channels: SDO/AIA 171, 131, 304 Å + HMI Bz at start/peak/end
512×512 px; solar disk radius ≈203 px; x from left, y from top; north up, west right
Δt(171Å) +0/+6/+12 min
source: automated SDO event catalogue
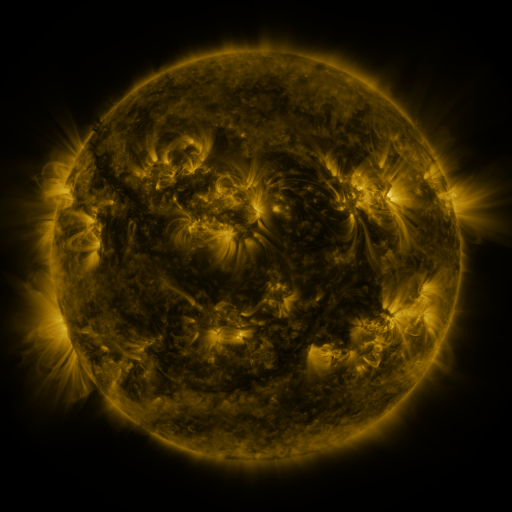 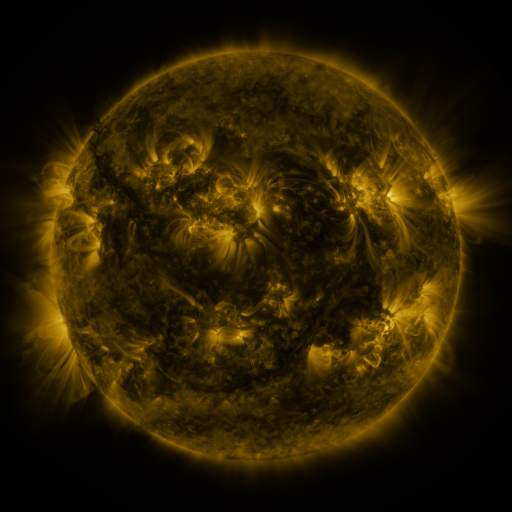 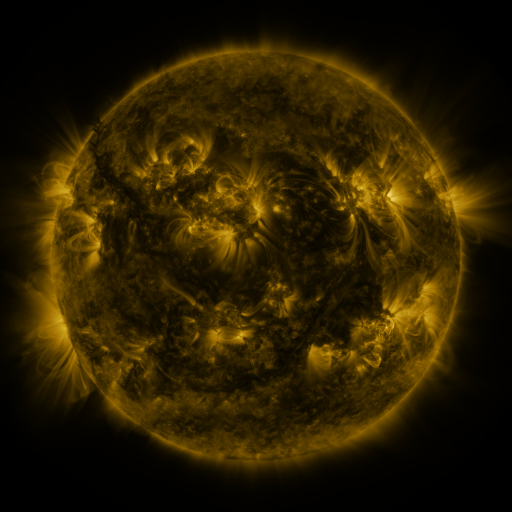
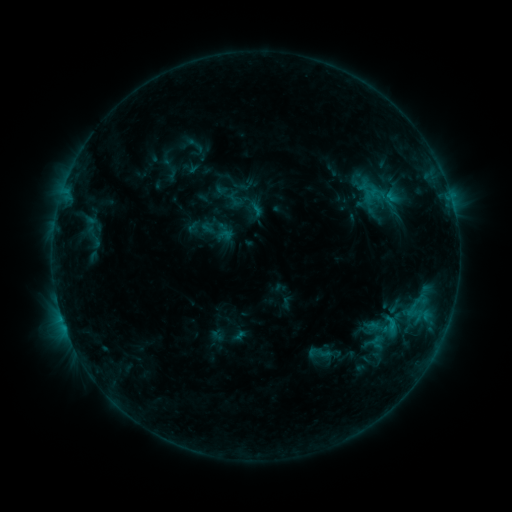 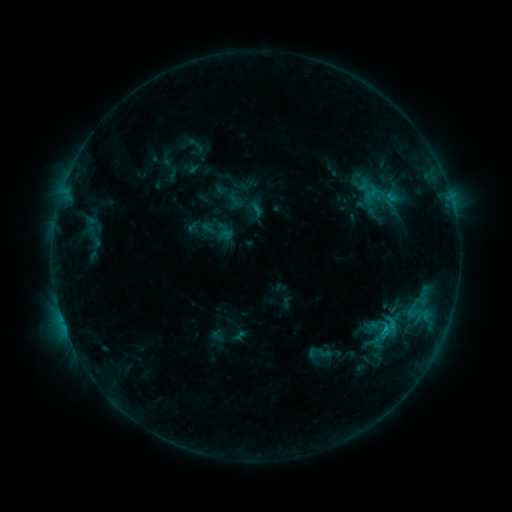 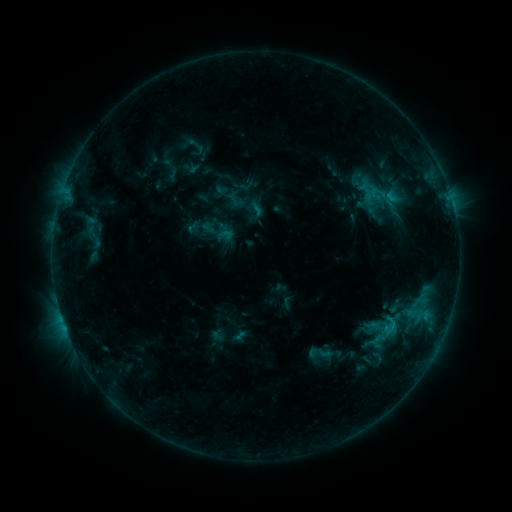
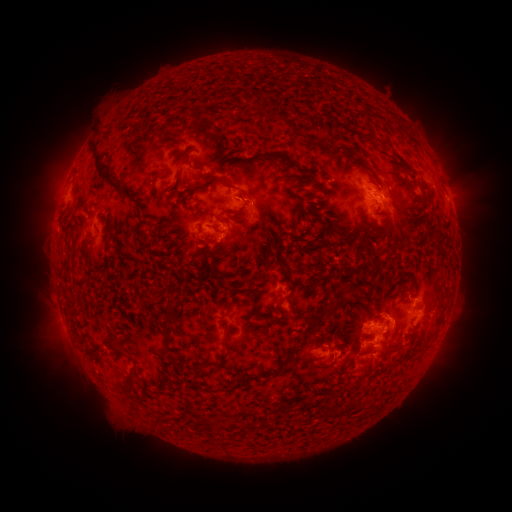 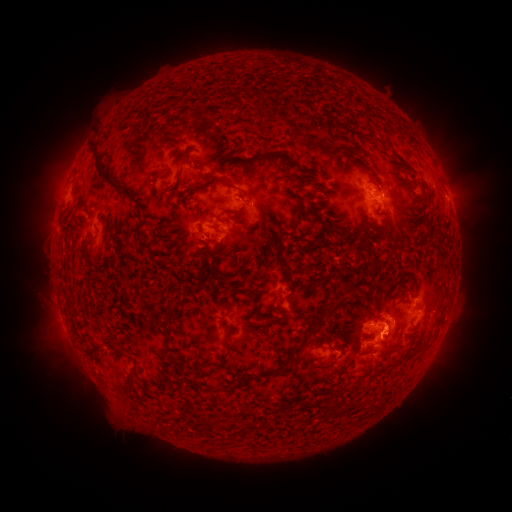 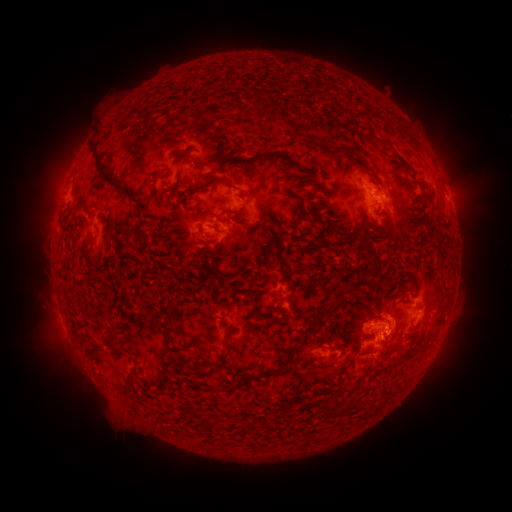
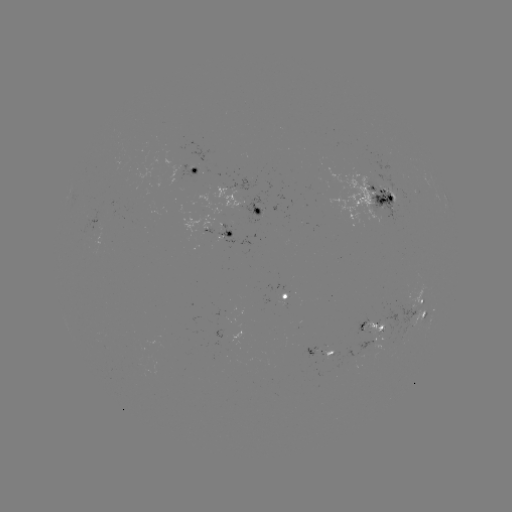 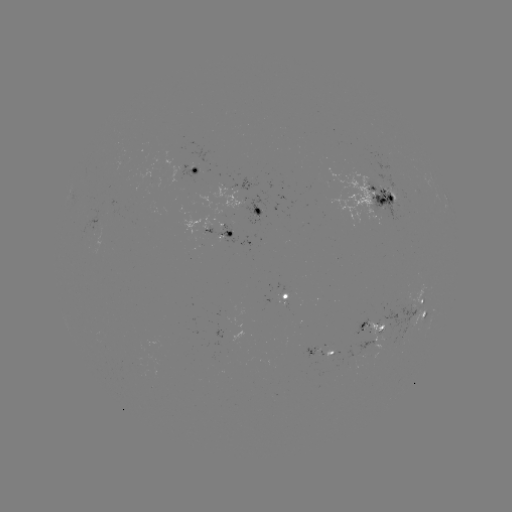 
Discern eruption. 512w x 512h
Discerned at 400,335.